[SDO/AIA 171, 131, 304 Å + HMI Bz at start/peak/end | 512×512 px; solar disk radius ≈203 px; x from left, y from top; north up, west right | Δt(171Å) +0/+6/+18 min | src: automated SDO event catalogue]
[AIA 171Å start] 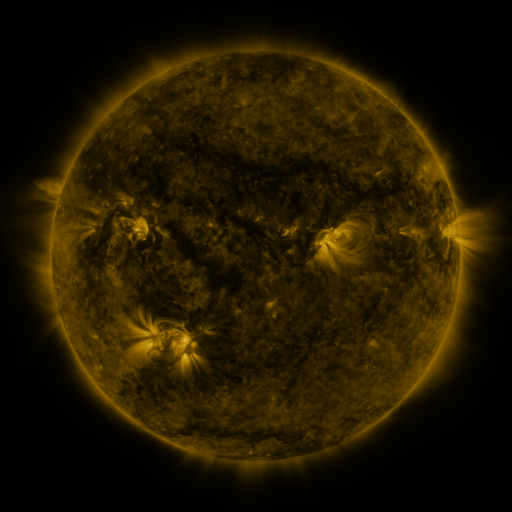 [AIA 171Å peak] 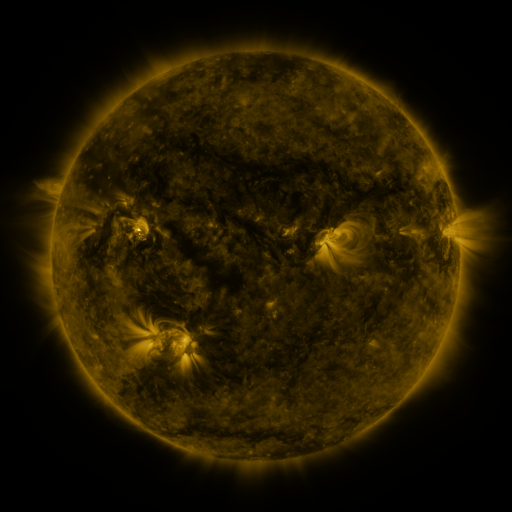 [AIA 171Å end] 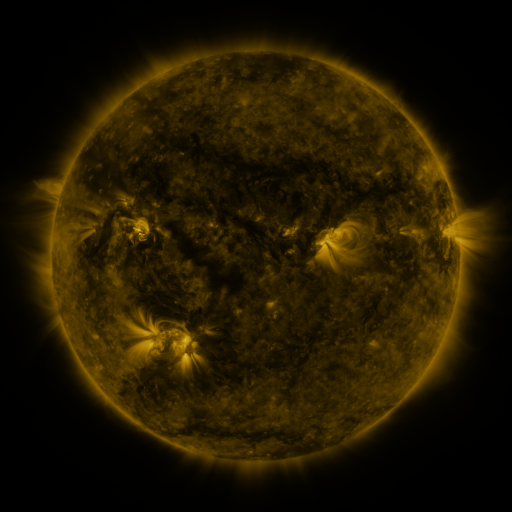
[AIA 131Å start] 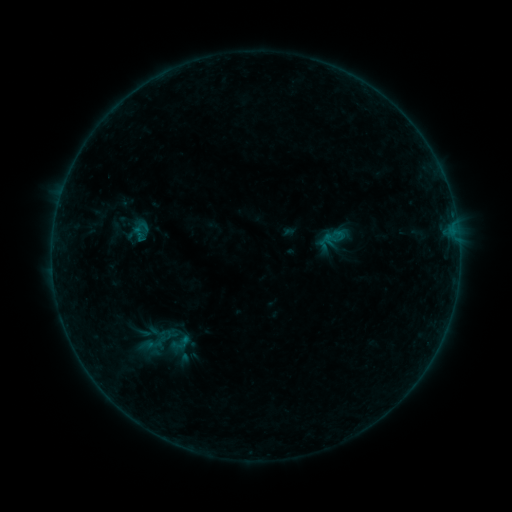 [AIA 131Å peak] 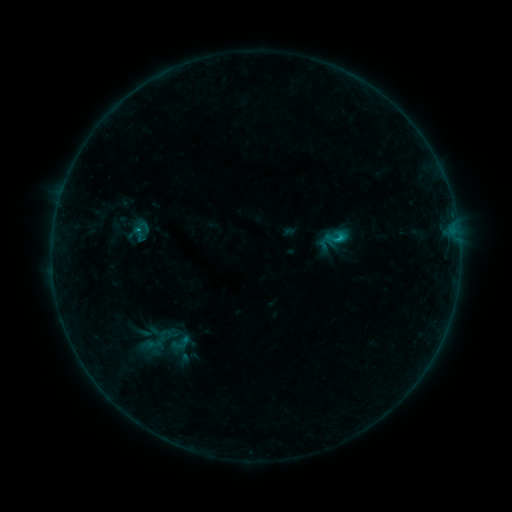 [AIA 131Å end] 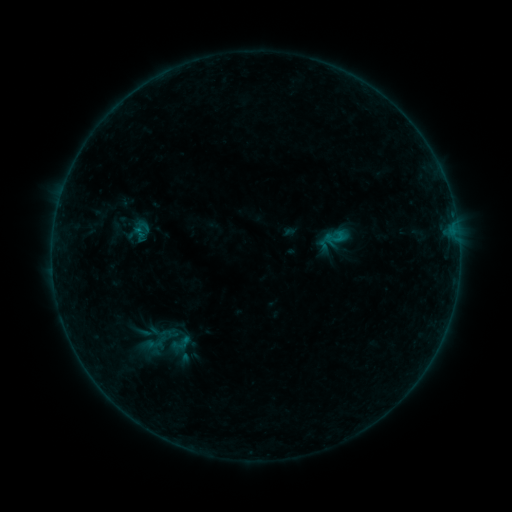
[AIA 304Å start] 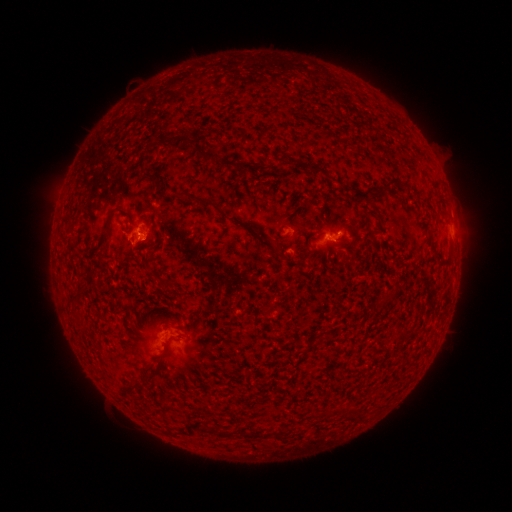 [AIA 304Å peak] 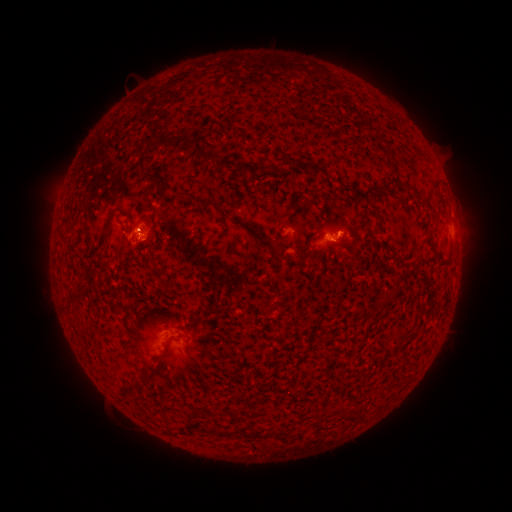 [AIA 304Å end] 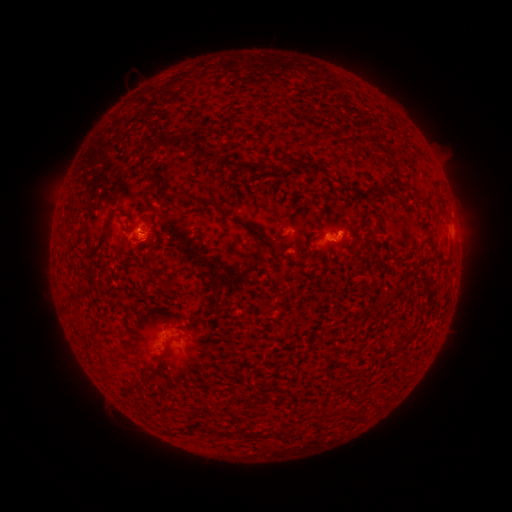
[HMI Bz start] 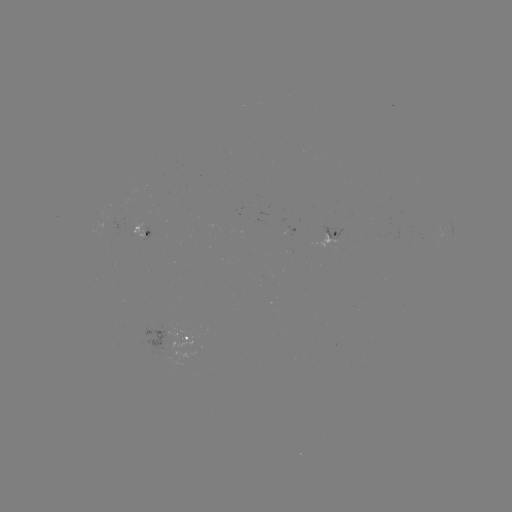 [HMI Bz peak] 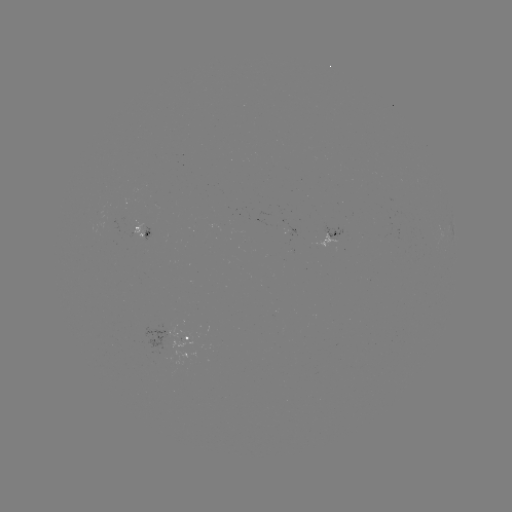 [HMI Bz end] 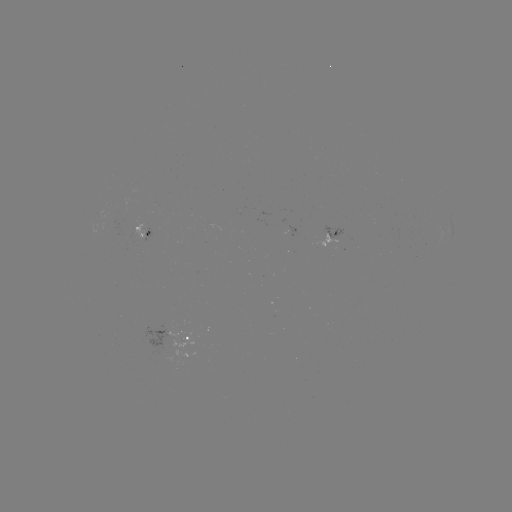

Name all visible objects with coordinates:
B5.8 flare: (337, 239)
